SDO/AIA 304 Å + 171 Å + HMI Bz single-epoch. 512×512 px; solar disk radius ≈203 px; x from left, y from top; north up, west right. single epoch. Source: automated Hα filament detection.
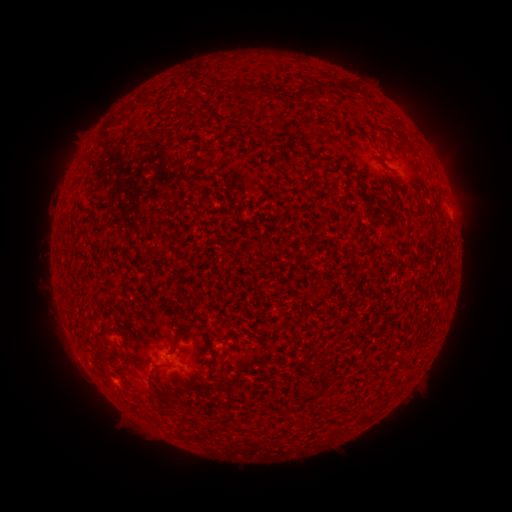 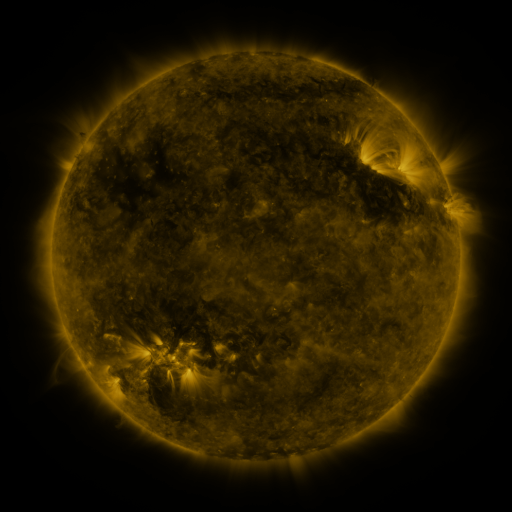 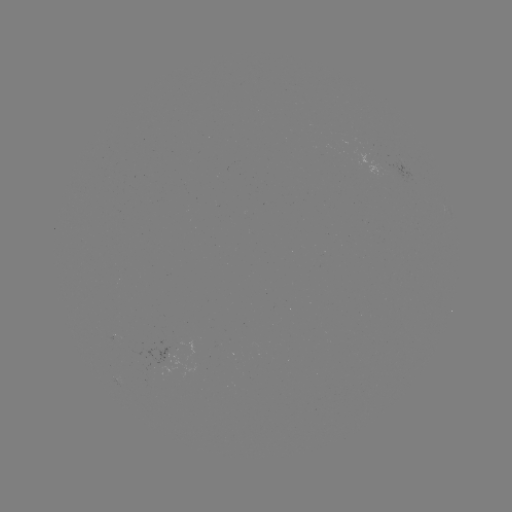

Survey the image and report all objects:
filament: <bbox>337, 80, 349, 92</bbox>
filament: <bbox>305, 83, 323, 99</bbox>
filament: <bbox>253, 87, 265, 100</bbox>
filament: <bbox>148, 212, 157, 230</bbox>
filament: <bbox>177, 323, 192, 334</bbox>
filament: <bbox>170, 342, 180, 354</bbox>
filament: <bbox>147, 372, 160, 410</bbox>
